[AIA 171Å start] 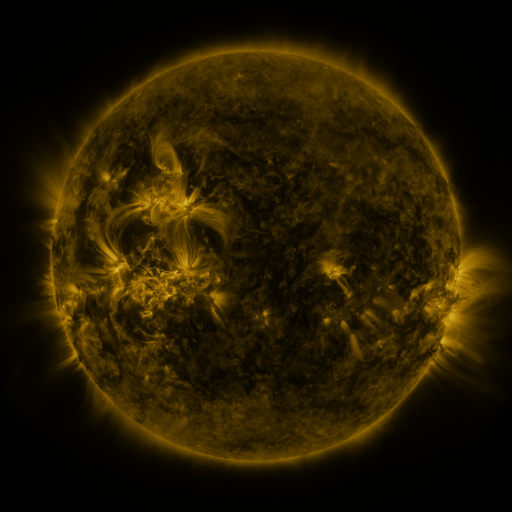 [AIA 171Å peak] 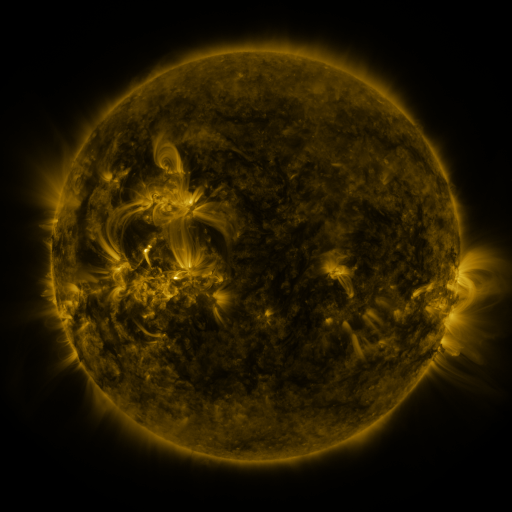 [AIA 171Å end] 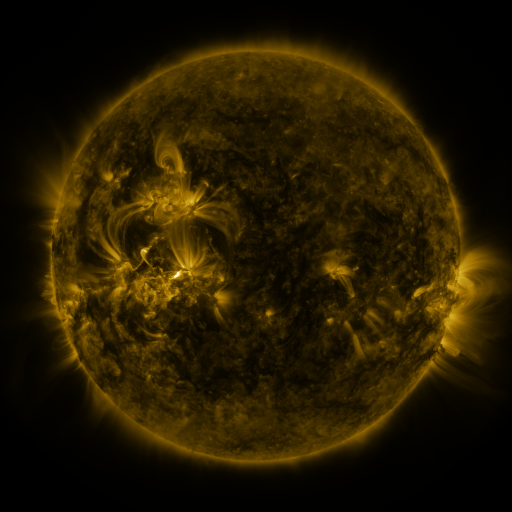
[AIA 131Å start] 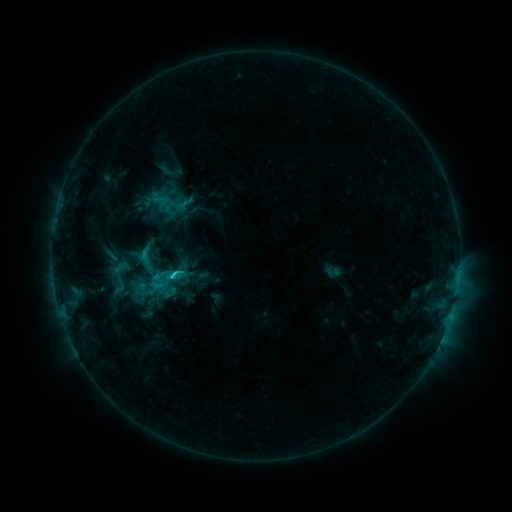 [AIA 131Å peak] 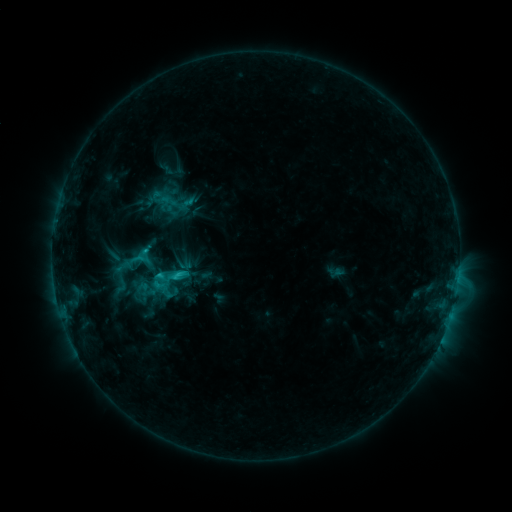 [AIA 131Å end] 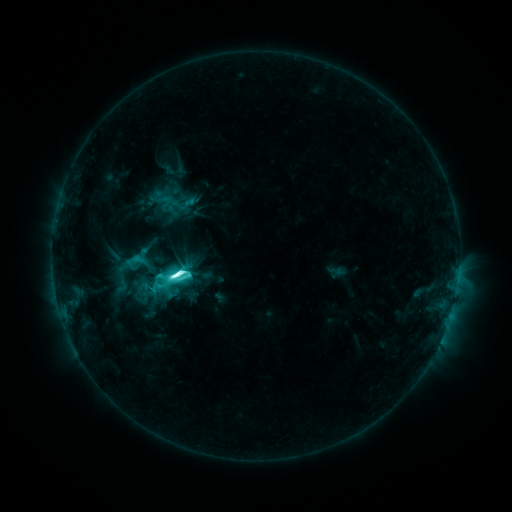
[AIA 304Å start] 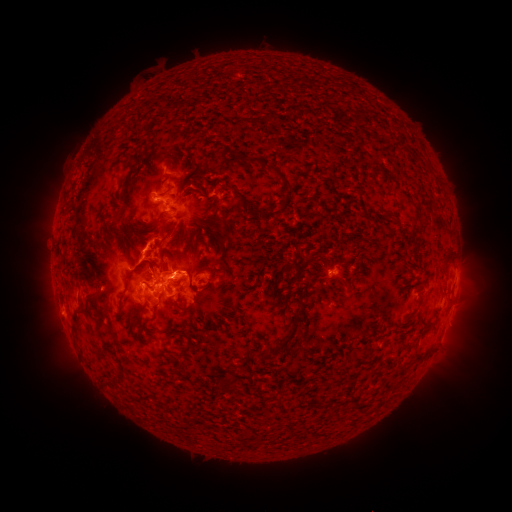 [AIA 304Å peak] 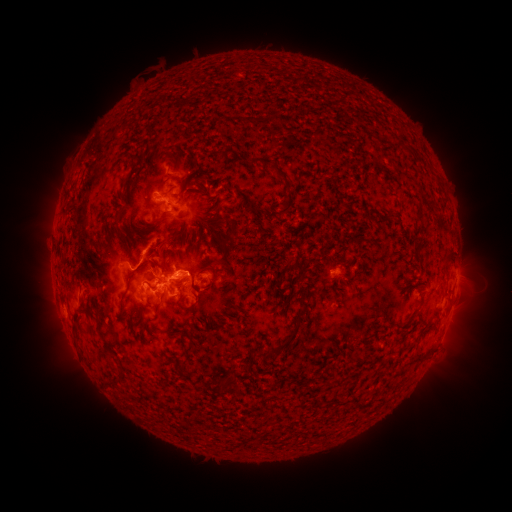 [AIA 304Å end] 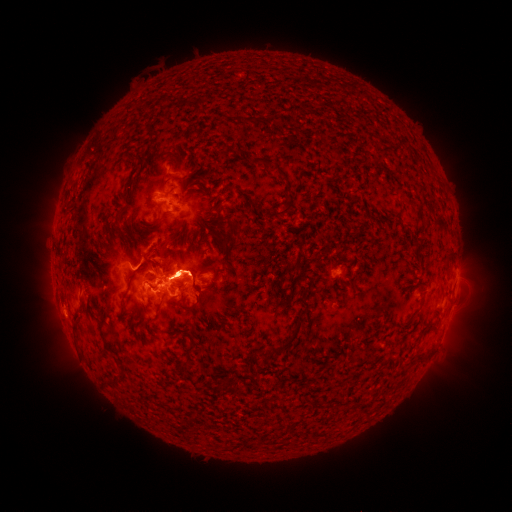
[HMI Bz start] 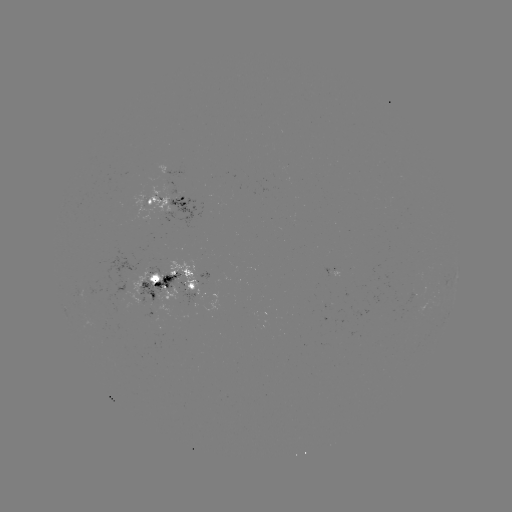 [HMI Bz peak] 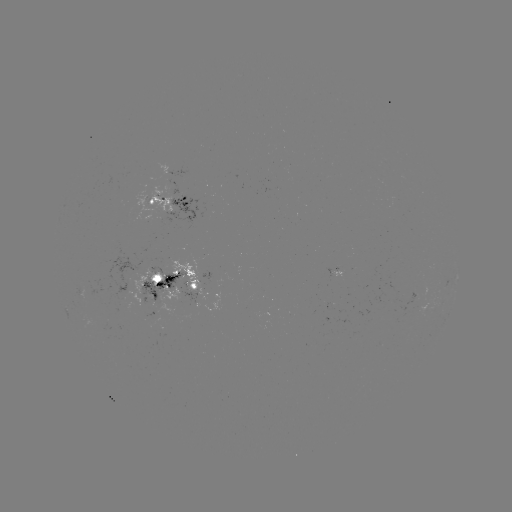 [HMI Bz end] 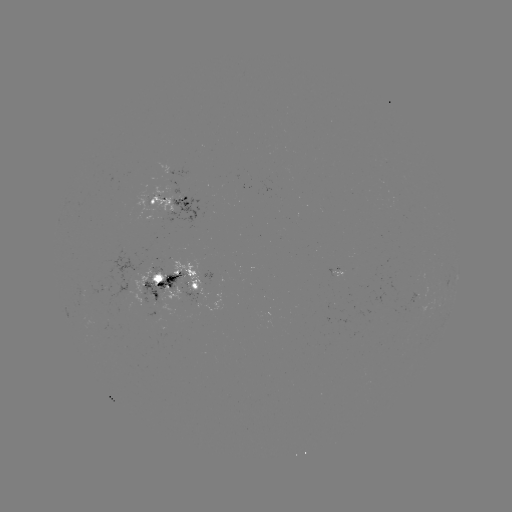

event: emerging-flux region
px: (196, 281)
